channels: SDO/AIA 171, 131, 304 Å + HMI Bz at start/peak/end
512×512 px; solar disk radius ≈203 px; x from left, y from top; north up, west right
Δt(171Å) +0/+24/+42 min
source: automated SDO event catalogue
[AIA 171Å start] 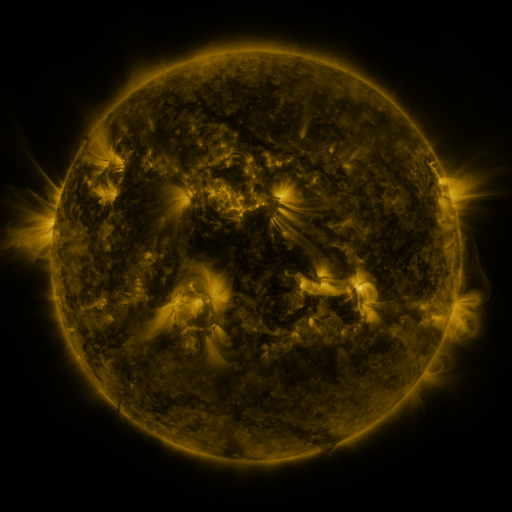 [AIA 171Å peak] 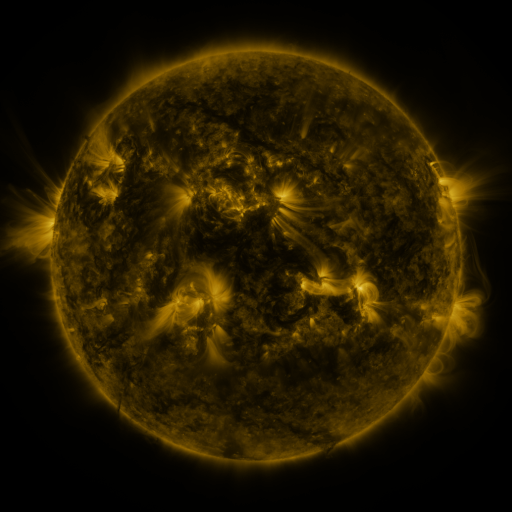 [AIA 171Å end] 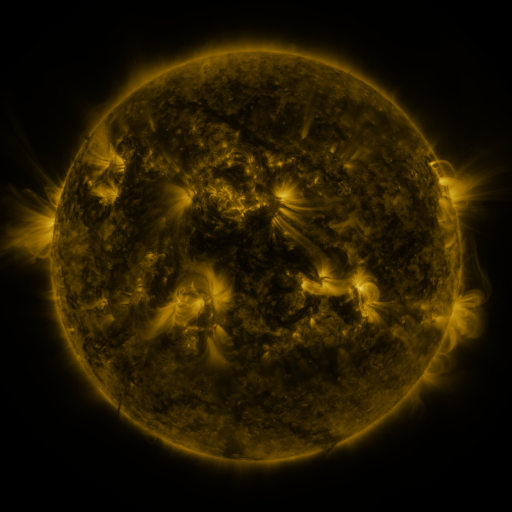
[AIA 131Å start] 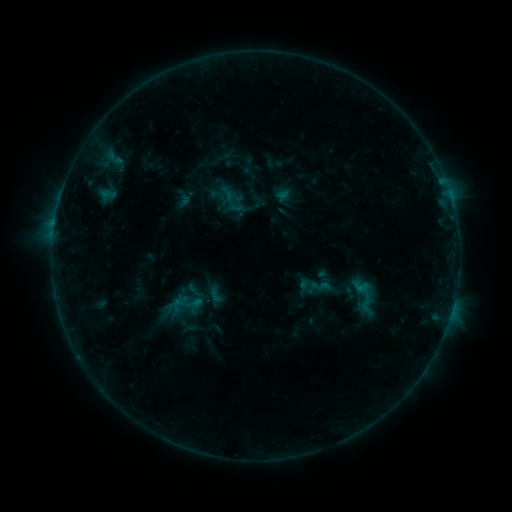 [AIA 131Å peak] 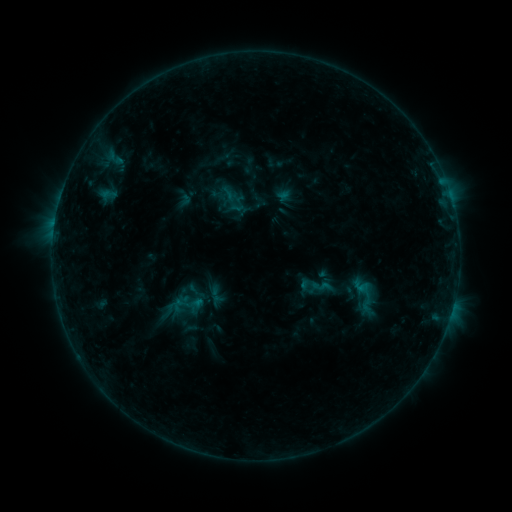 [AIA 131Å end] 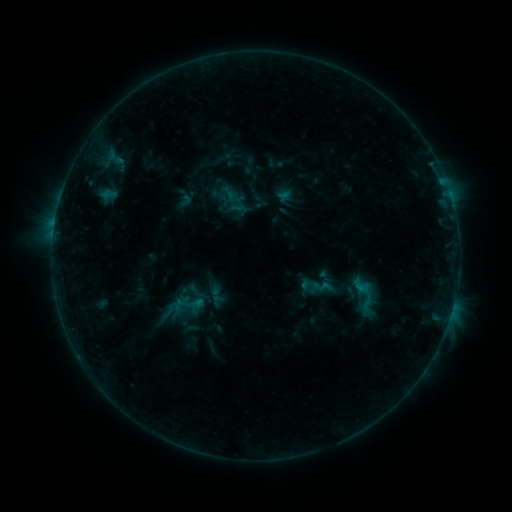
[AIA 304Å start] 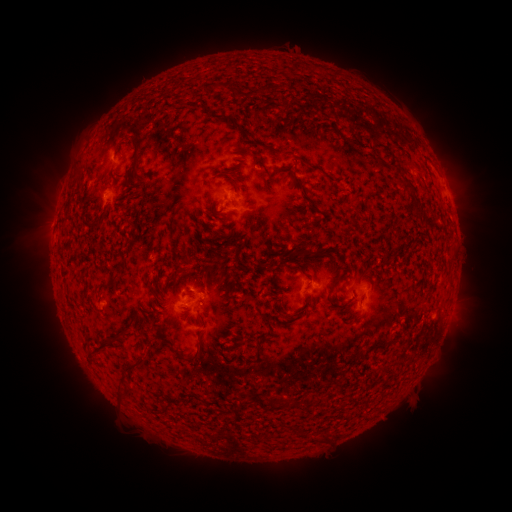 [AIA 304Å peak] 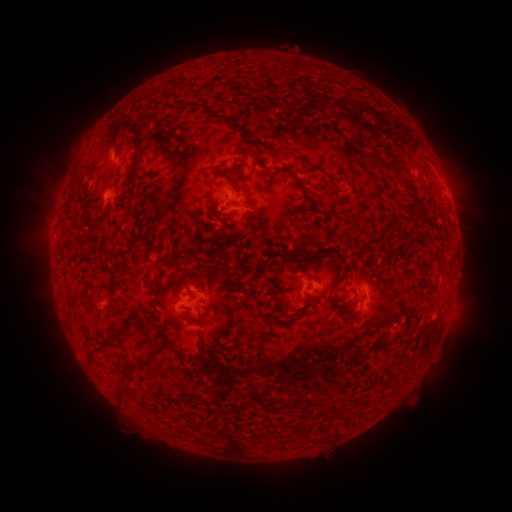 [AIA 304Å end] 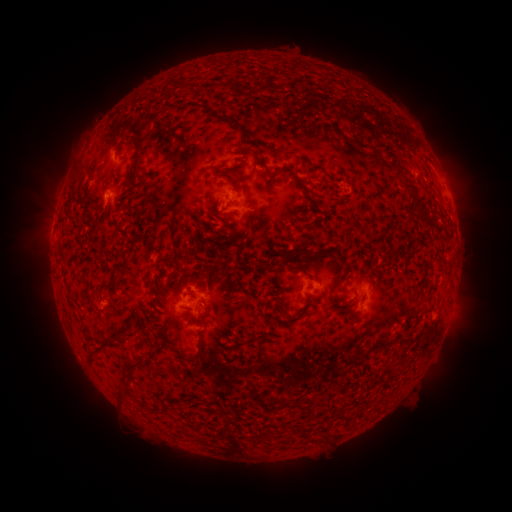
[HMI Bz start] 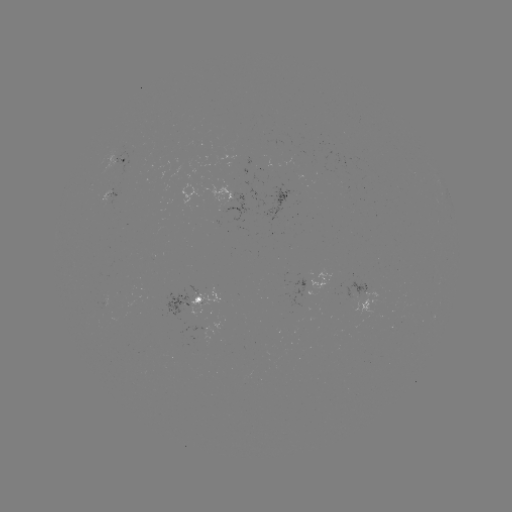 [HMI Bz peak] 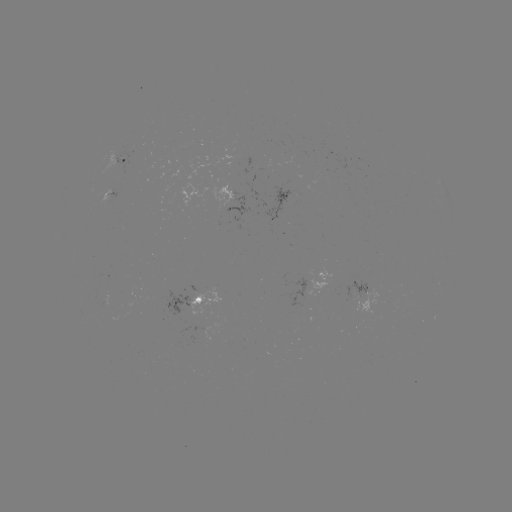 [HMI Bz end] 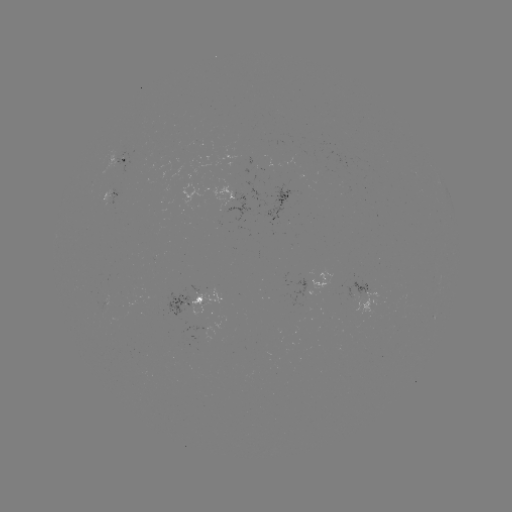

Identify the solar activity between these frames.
no flare in any classed list; no EUV-trigger detection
